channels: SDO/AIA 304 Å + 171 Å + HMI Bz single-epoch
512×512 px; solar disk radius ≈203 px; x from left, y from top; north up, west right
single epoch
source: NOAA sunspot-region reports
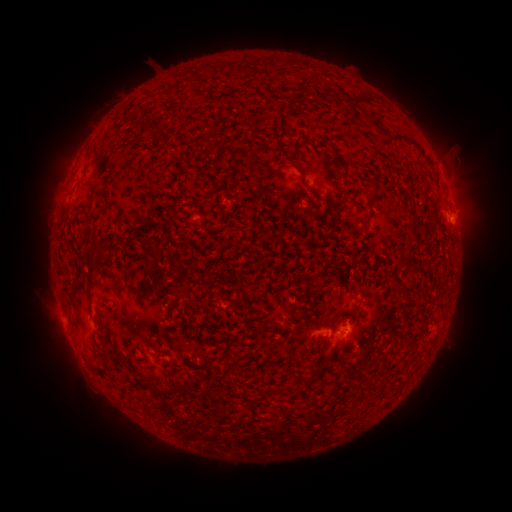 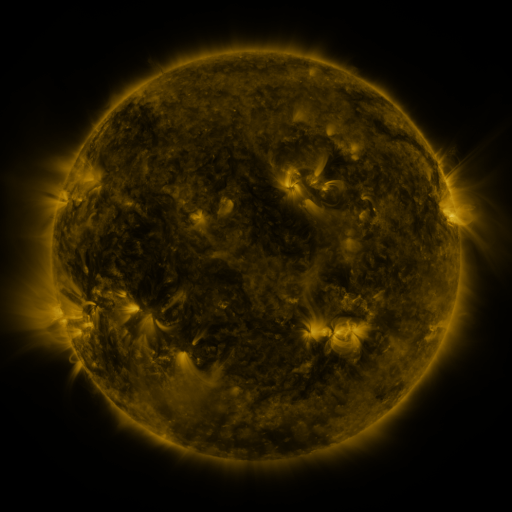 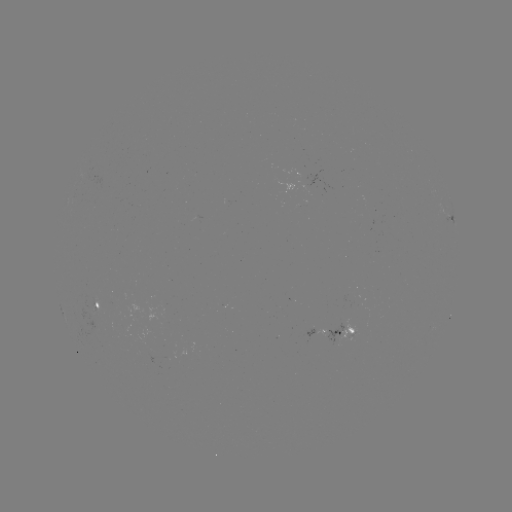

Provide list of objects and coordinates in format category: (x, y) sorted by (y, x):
spotted active region: (452, 222)
spotted active region: (96, 303)
spotted active region: (317, 328)
spotted active region: (331, 331)
